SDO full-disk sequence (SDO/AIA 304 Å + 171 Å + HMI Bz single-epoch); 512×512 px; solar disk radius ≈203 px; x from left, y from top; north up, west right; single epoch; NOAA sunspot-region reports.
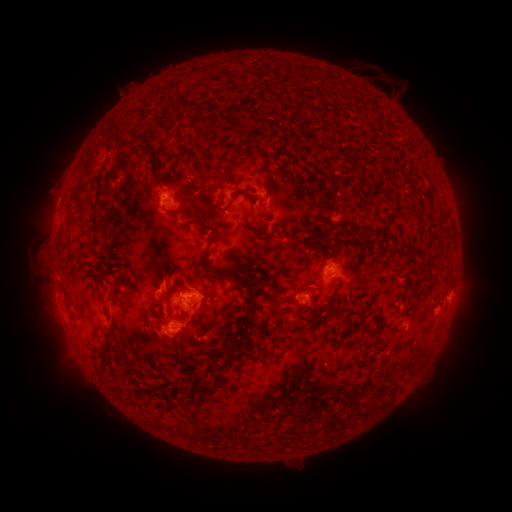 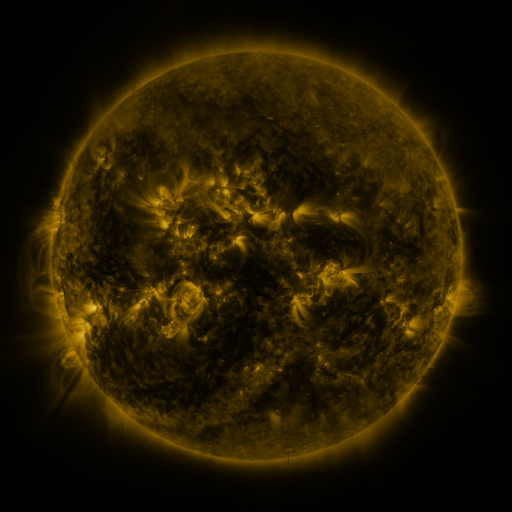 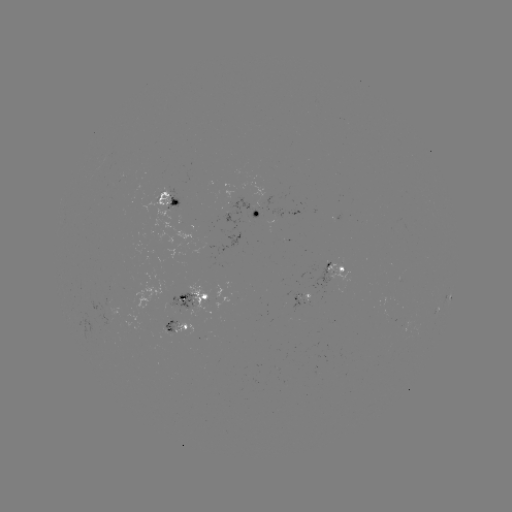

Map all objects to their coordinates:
spotted active region: (170, 196)
spotted active region: (256, 213)
spotted active region: (338, 270)
spotted active region: (194, 298)
spotted active region: (300, 298)
spotted active region: (449, 298)
spotted active region: (416, 325)
spotted active region: (178, 329)
